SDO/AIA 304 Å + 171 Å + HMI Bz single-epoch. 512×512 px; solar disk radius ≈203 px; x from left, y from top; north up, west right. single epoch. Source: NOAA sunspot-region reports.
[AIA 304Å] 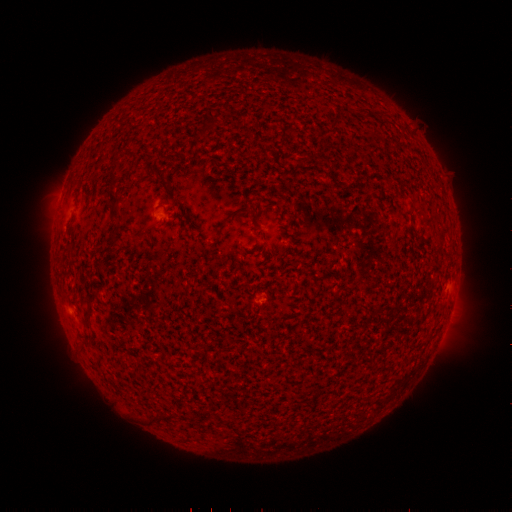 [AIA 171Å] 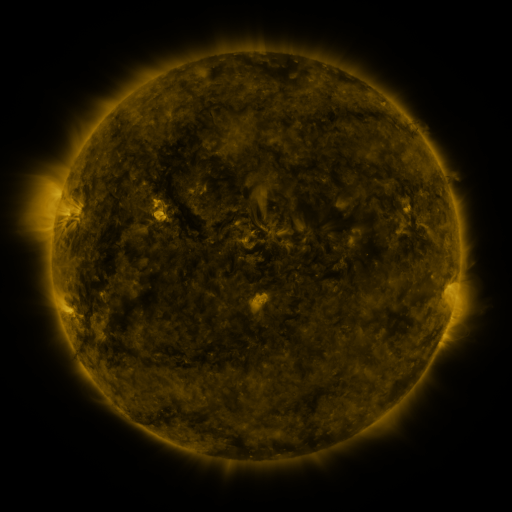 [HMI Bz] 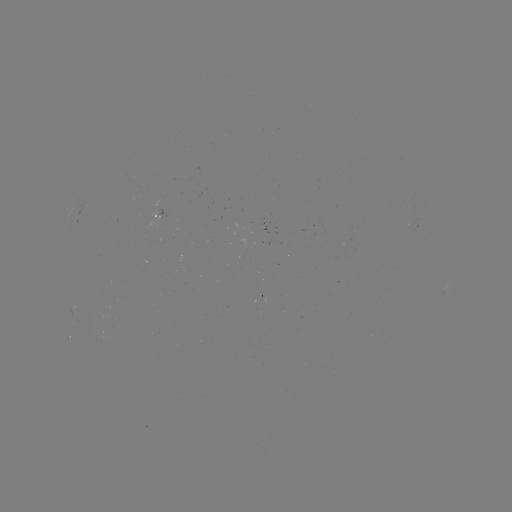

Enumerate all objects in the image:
spotted active region: (166, 212)
spotted active region: (449, 287)
spotted active region: (256, 295)
